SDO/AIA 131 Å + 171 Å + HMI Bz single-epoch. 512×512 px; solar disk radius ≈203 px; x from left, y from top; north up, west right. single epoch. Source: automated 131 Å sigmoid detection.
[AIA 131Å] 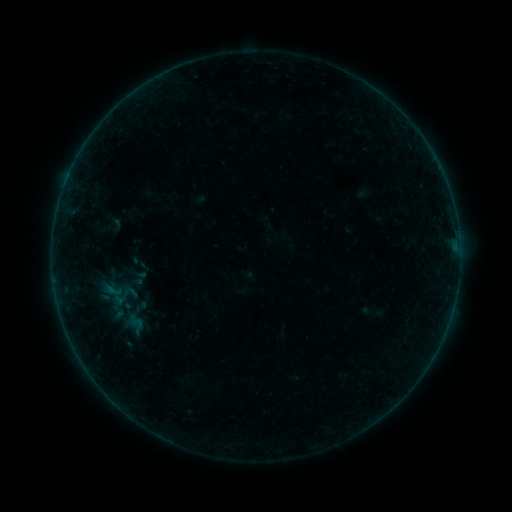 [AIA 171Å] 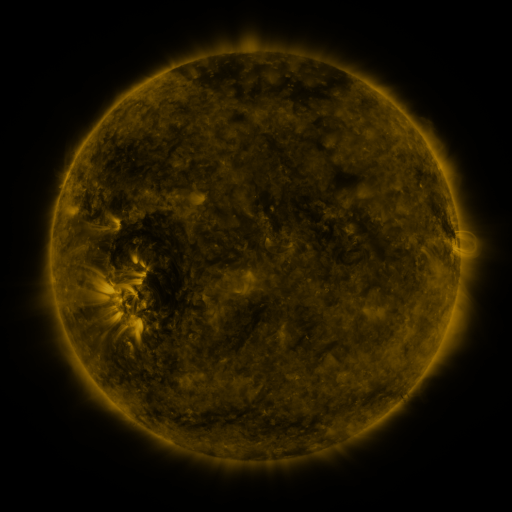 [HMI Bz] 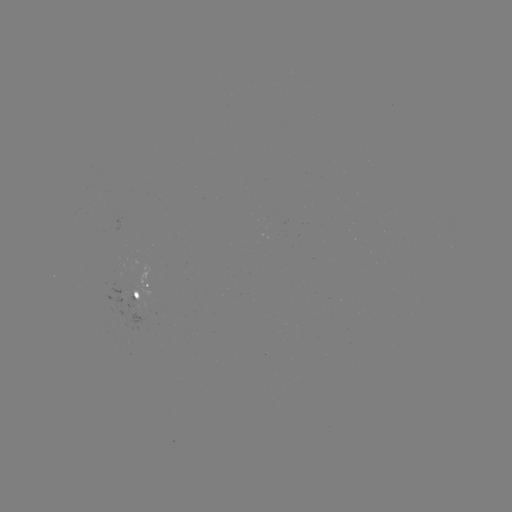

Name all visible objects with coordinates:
sigmoid: (130, 252, 147, 272)
sigmoid: (121, 282, 140, 302)
